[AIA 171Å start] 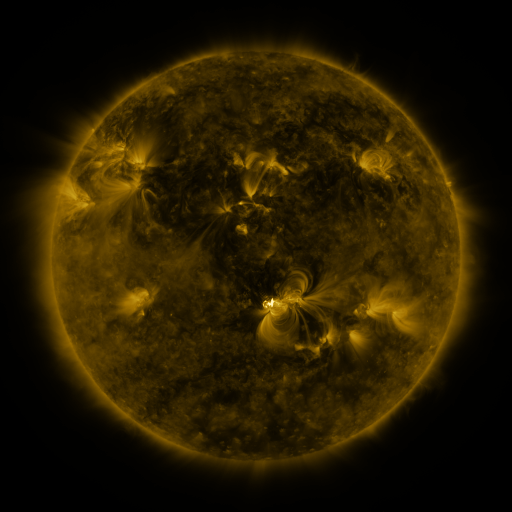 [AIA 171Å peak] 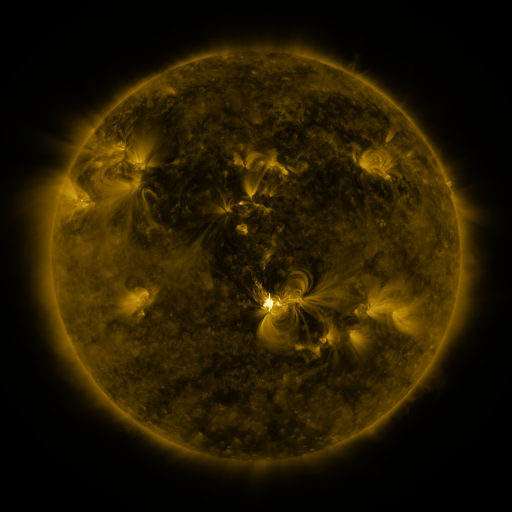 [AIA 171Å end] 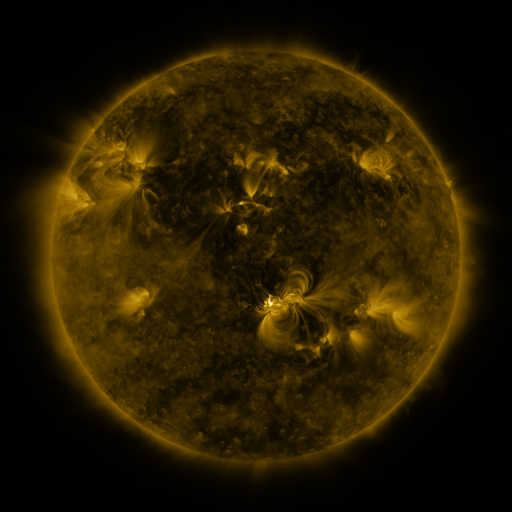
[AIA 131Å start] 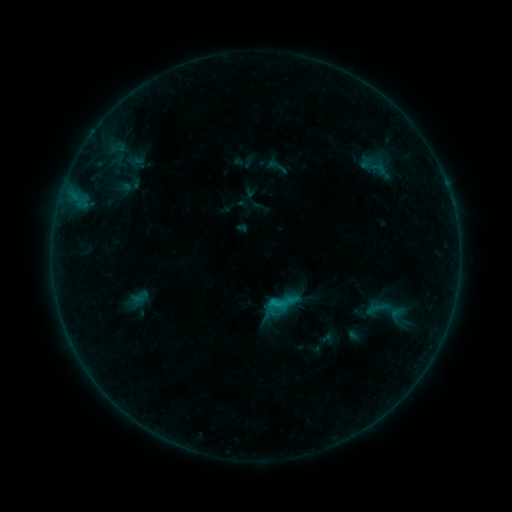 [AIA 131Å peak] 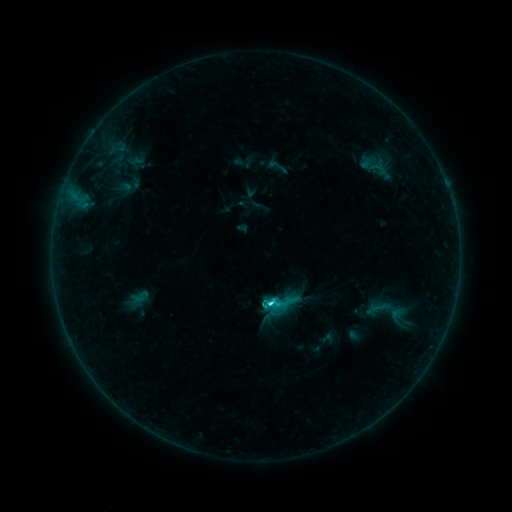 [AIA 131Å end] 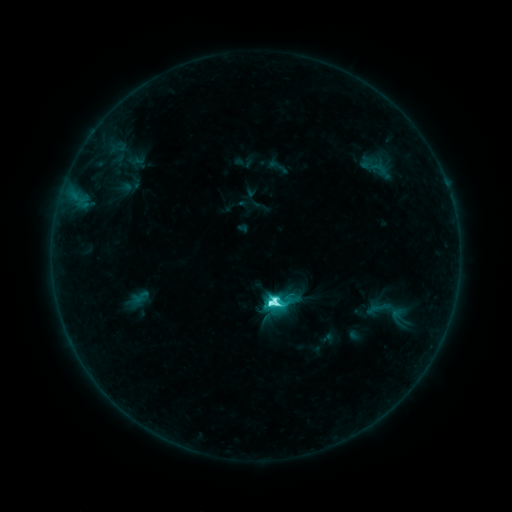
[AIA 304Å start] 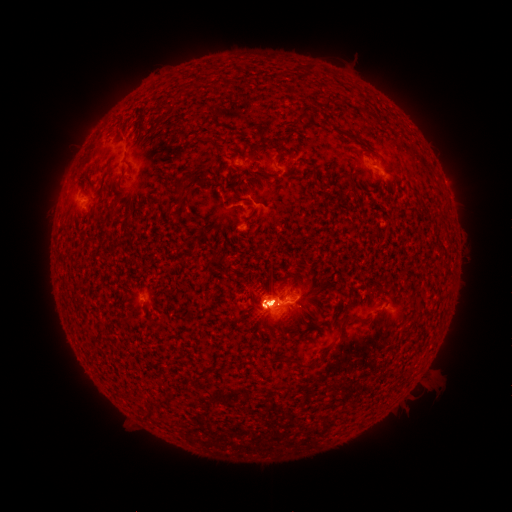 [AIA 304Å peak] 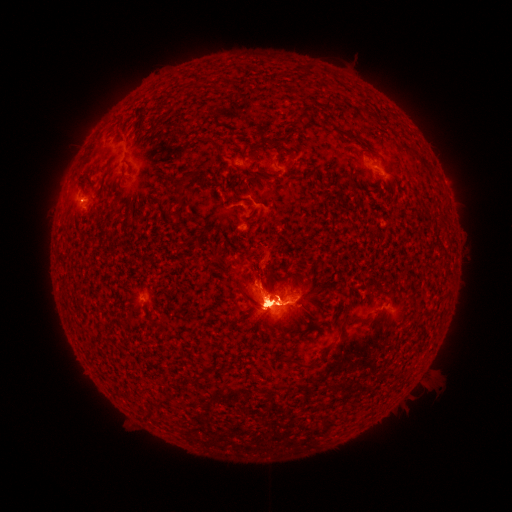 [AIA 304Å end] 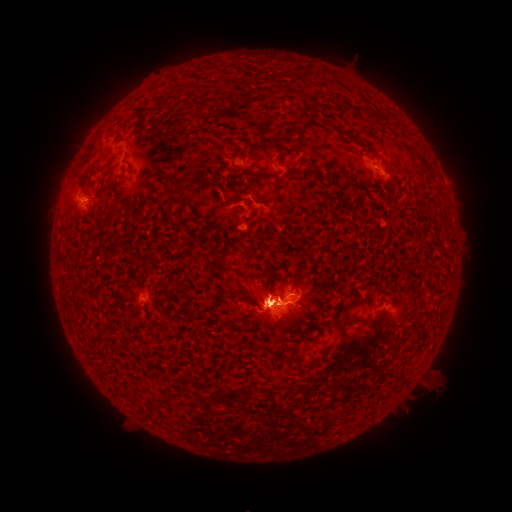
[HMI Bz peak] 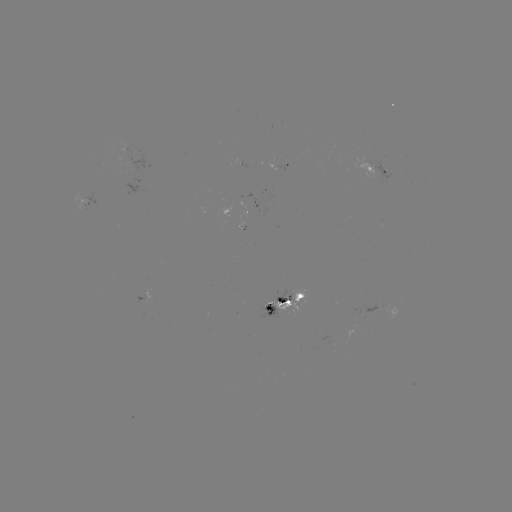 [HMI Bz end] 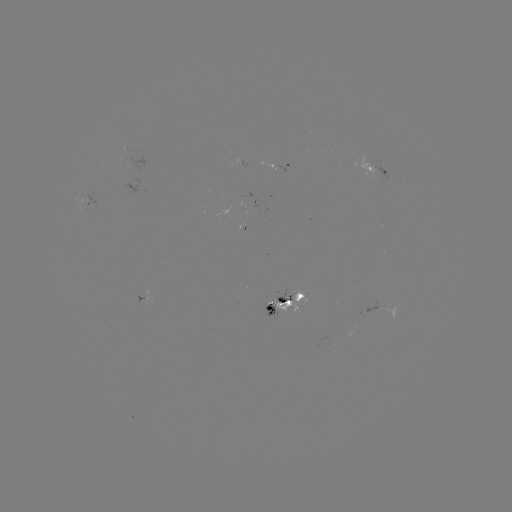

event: eruption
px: (415, 390)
